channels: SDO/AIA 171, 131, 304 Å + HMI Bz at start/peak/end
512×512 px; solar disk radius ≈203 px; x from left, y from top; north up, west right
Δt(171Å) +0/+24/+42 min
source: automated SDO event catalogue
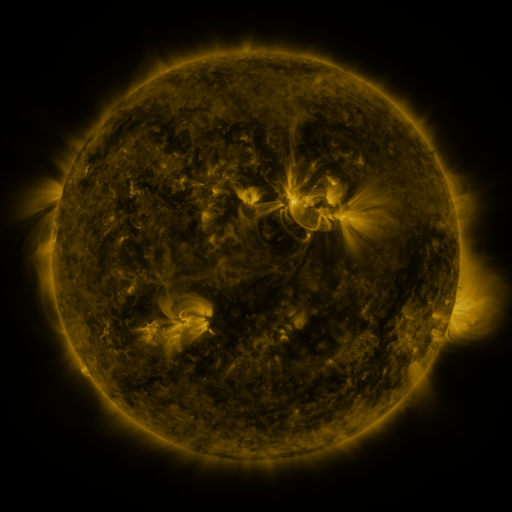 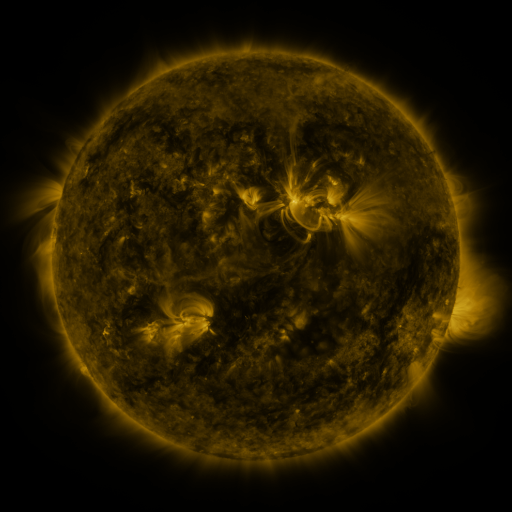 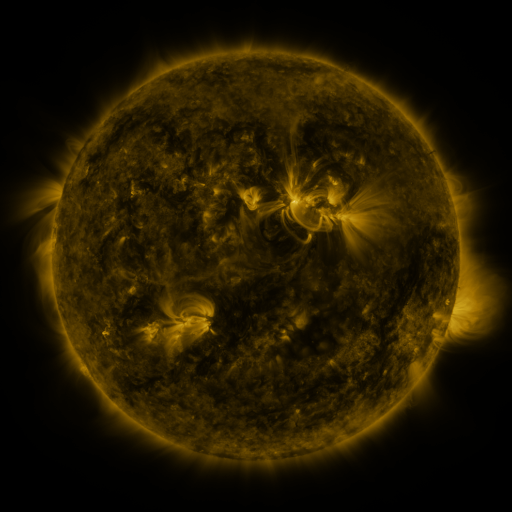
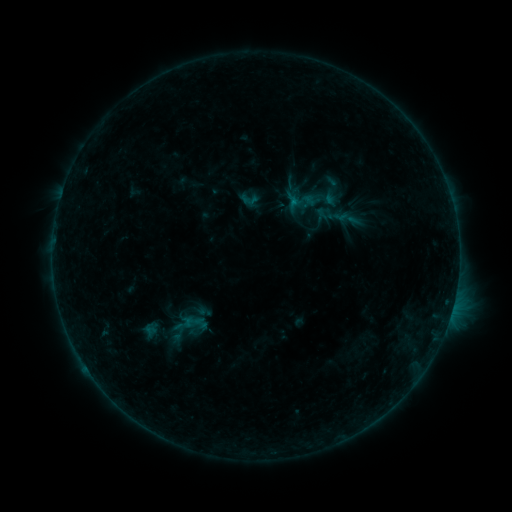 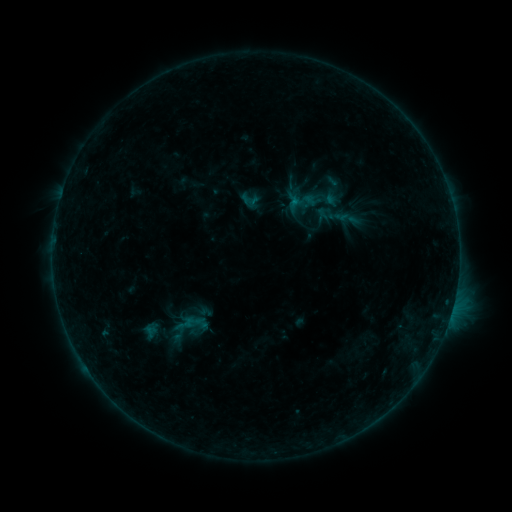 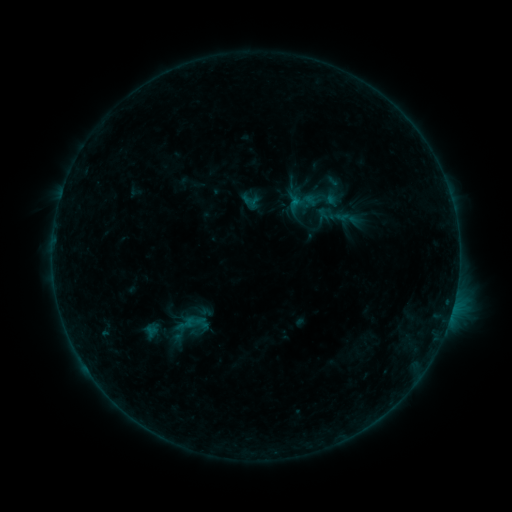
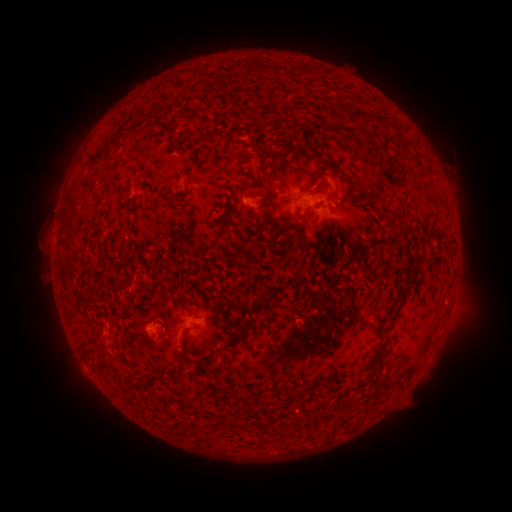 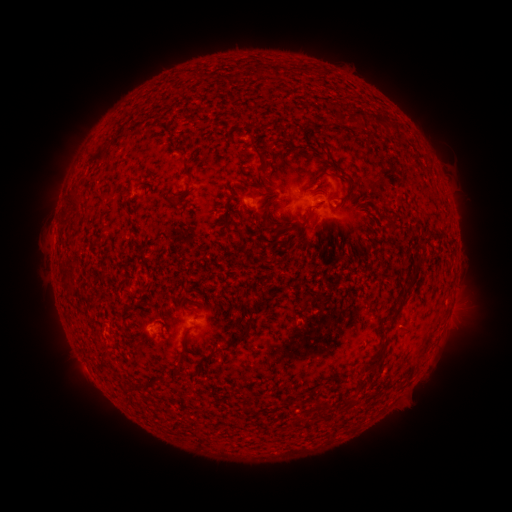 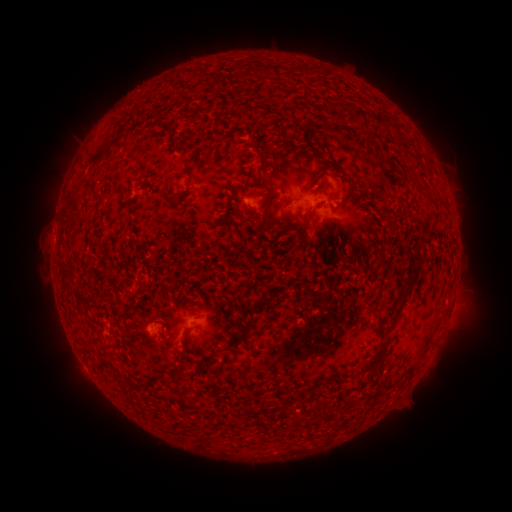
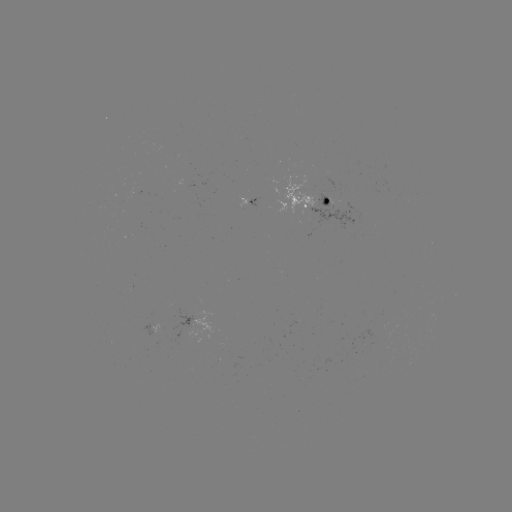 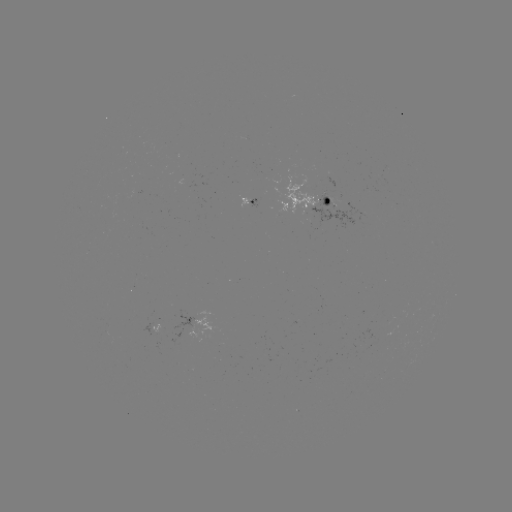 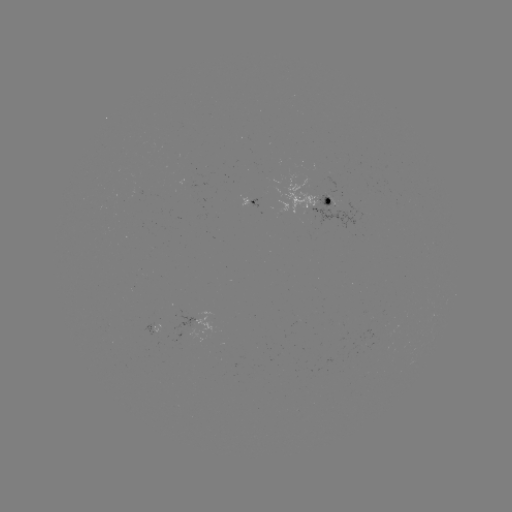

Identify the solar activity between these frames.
no catalogued flare and no flagged EUV brightening in this window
